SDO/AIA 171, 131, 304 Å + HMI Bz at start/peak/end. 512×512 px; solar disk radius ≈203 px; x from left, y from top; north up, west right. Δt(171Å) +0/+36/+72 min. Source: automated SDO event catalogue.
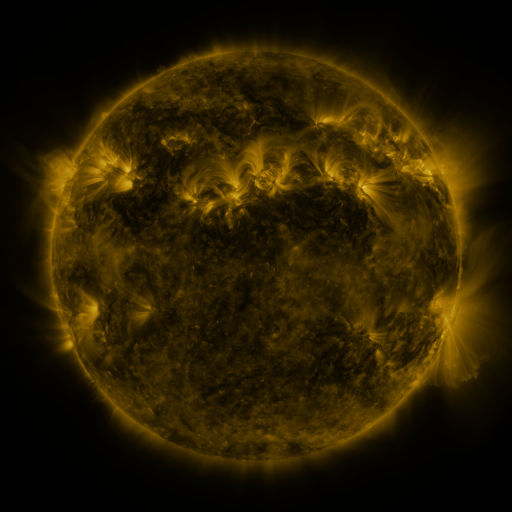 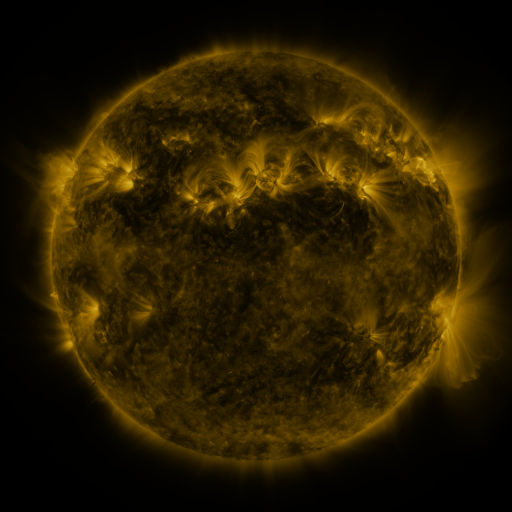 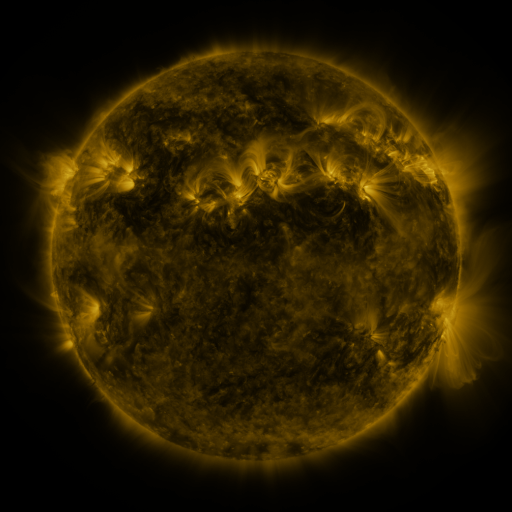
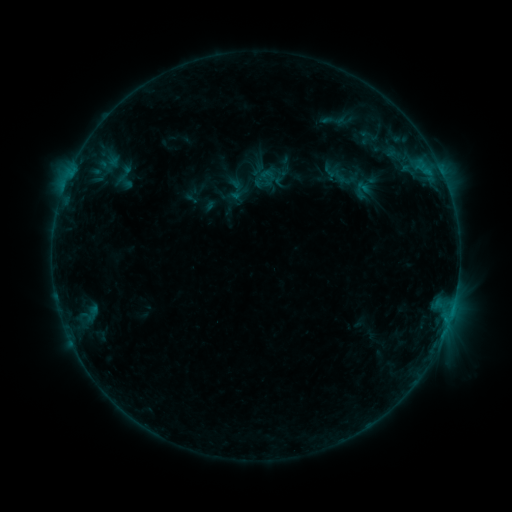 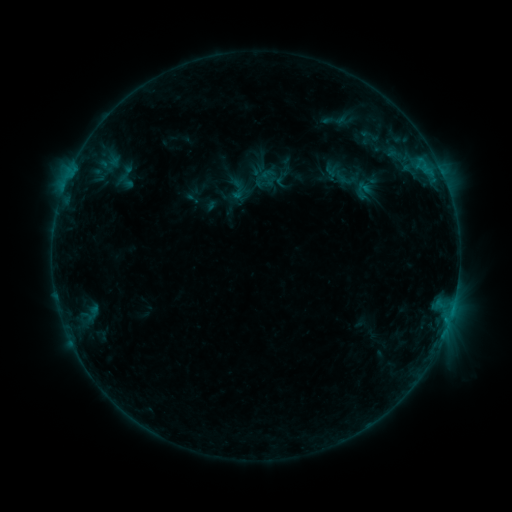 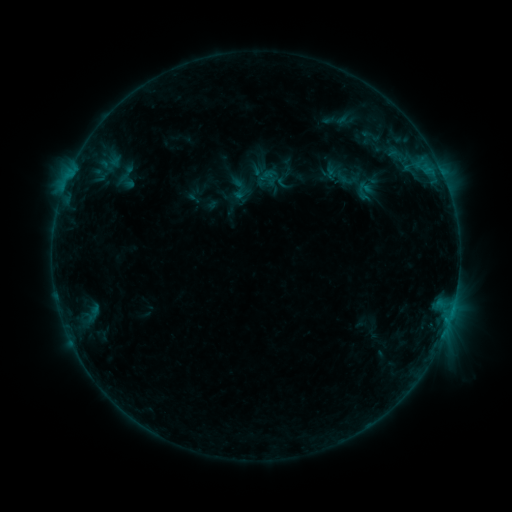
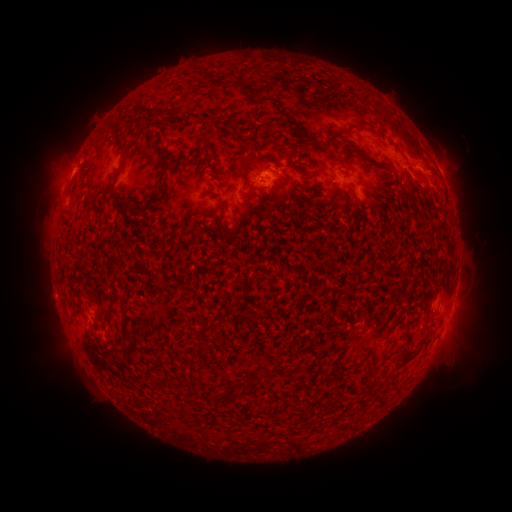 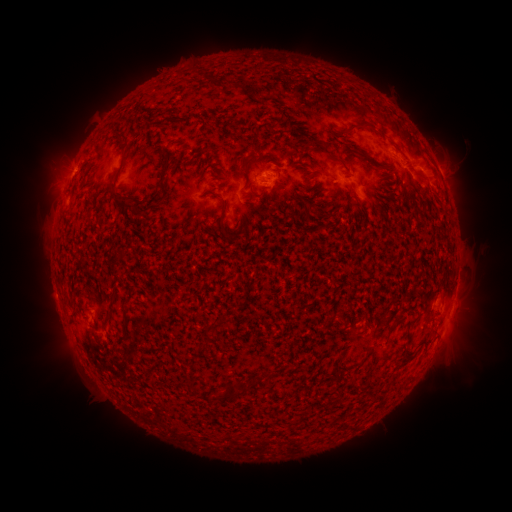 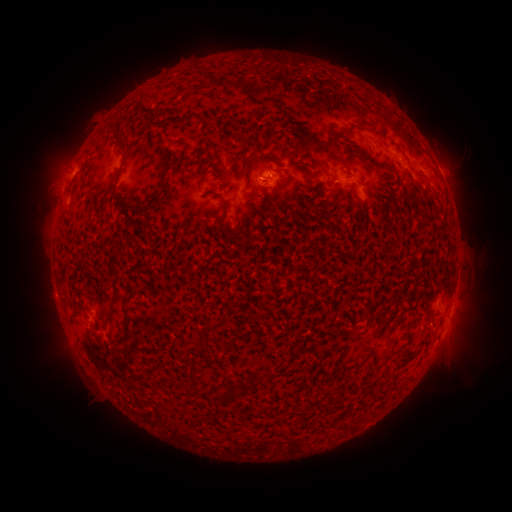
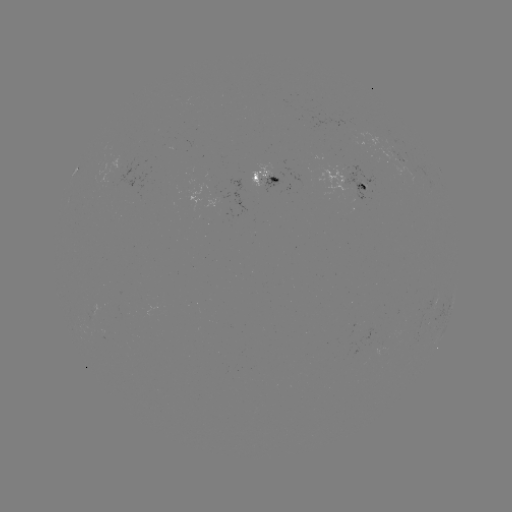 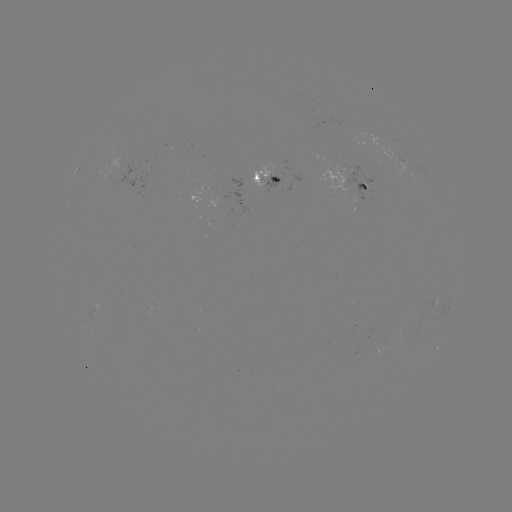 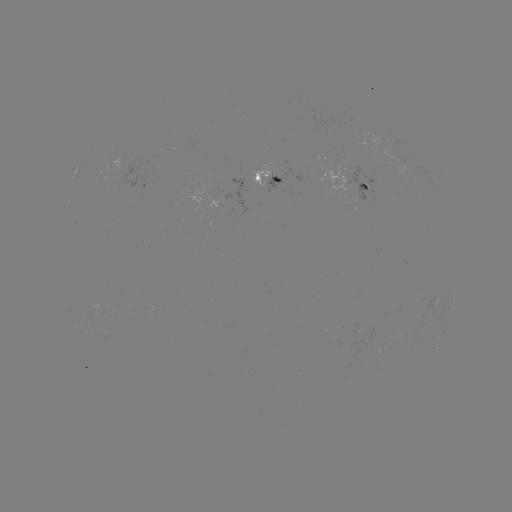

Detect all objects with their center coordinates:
emerging-flux region: (342, 180)
